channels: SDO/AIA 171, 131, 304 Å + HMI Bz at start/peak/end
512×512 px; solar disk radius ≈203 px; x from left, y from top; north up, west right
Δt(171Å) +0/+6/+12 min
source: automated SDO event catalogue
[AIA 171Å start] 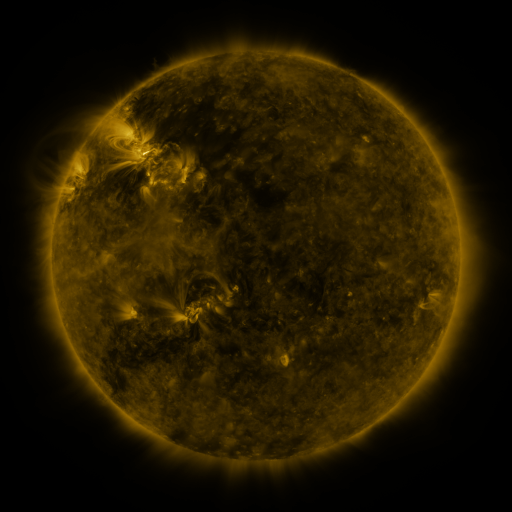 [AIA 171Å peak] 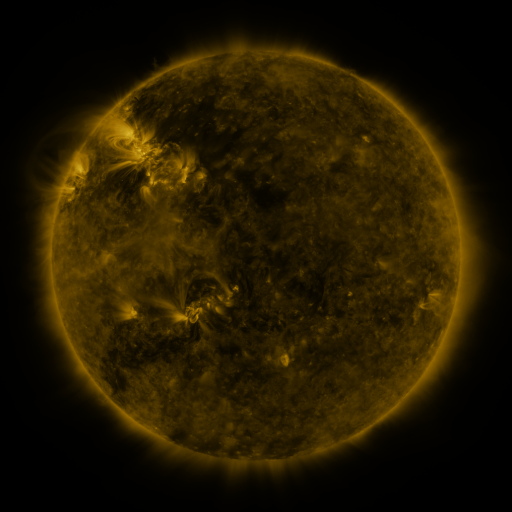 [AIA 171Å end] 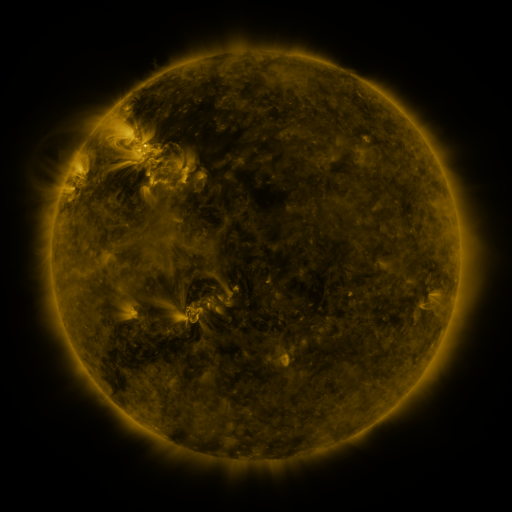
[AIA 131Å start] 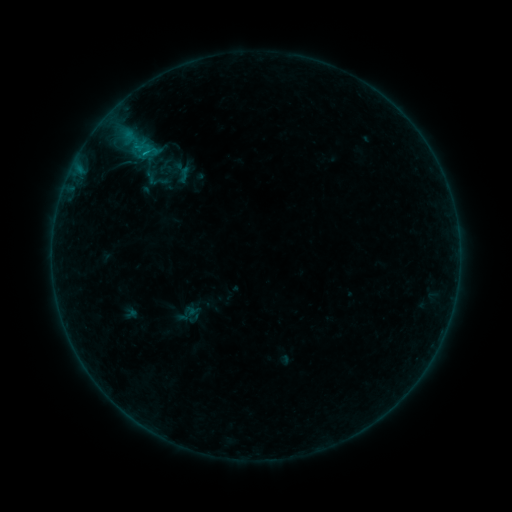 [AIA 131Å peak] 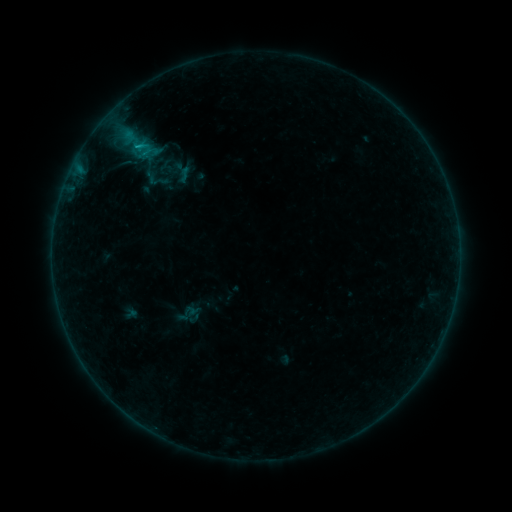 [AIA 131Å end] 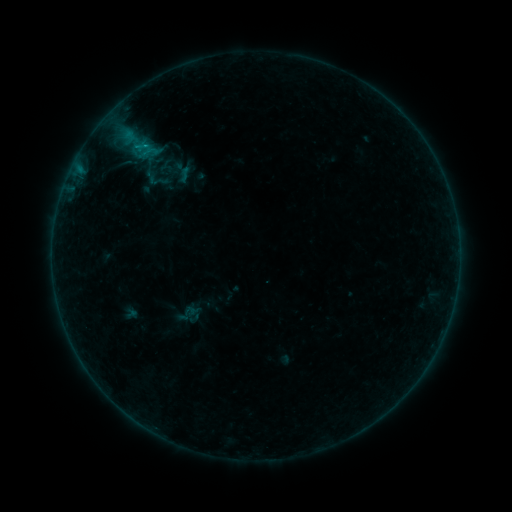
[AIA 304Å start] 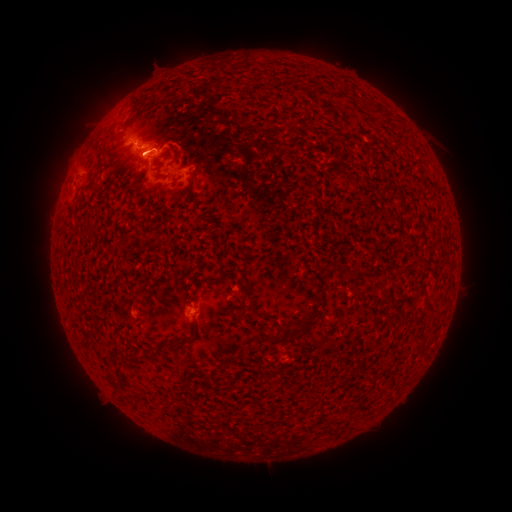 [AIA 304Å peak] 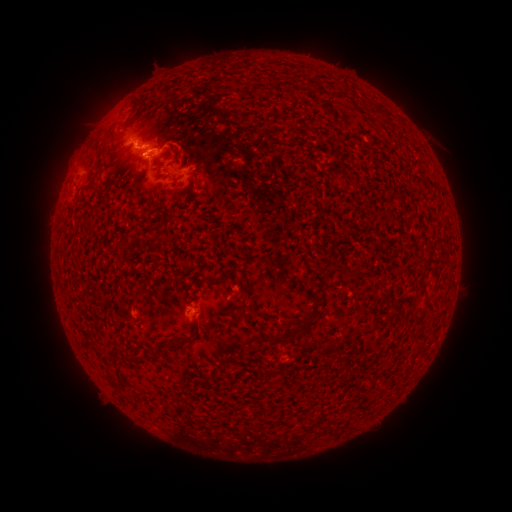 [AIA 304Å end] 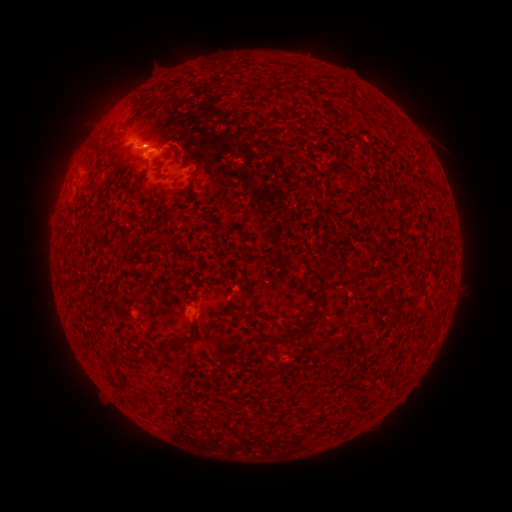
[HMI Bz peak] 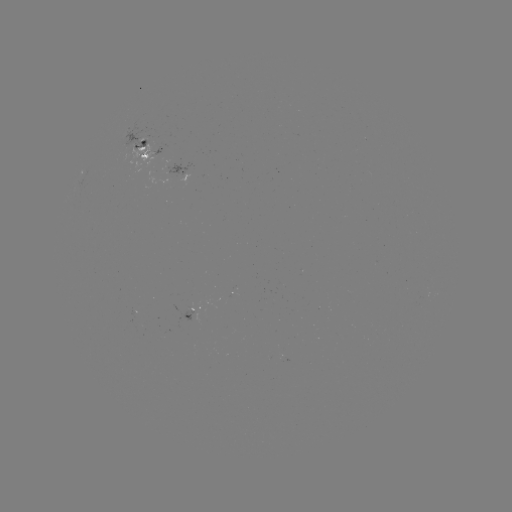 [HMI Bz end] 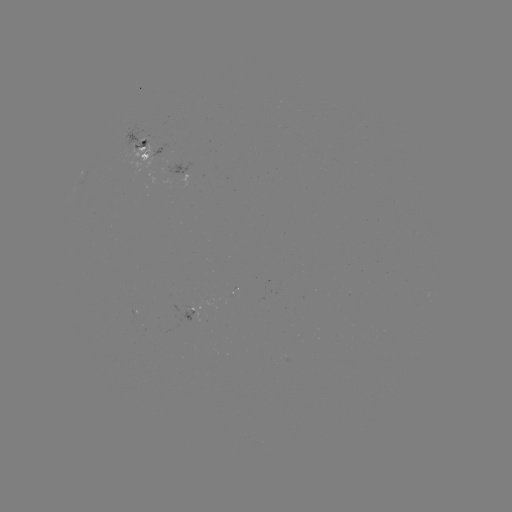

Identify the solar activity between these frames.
B7.3 flare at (136, 147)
